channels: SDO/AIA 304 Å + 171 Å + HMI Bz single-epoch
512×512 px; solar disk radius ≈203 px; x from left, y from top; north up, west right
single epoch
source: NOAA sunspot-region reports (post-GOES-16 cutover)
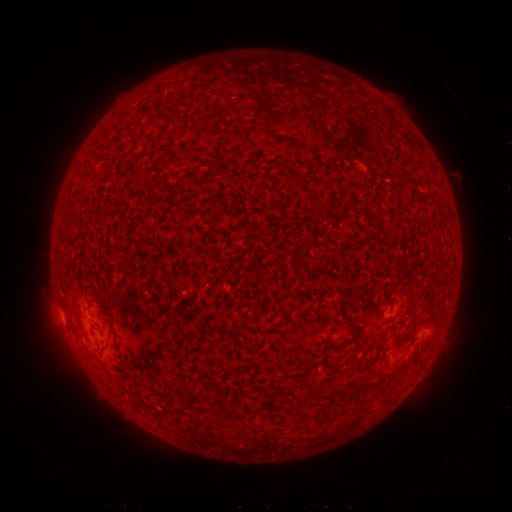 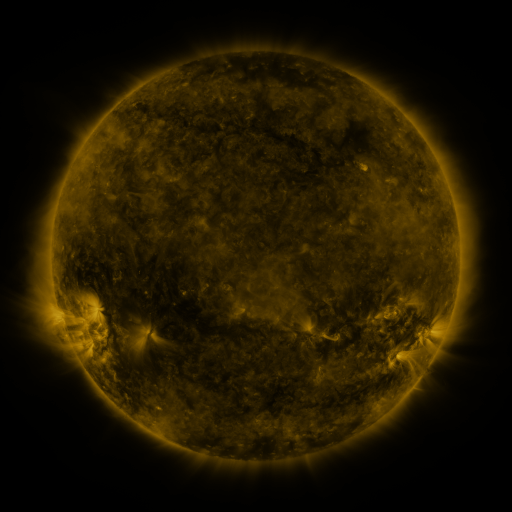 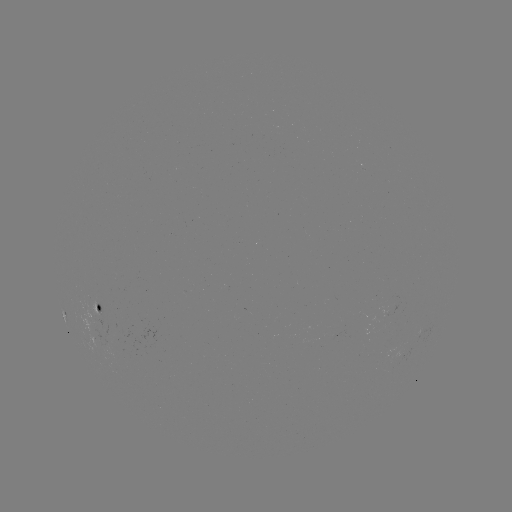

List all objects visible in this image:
spotted active region: (100, 311)
